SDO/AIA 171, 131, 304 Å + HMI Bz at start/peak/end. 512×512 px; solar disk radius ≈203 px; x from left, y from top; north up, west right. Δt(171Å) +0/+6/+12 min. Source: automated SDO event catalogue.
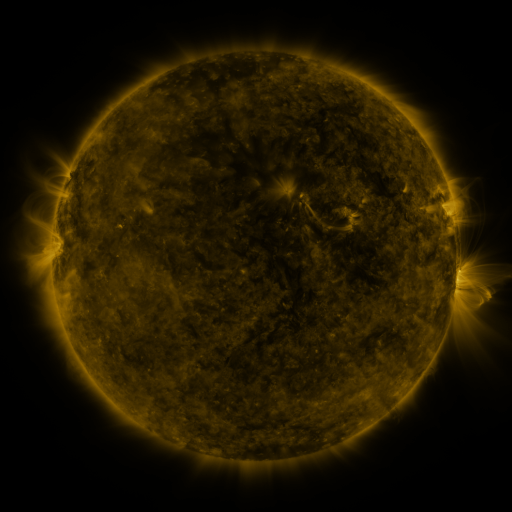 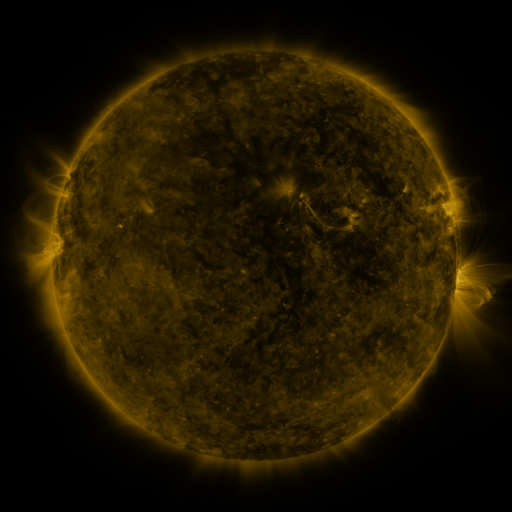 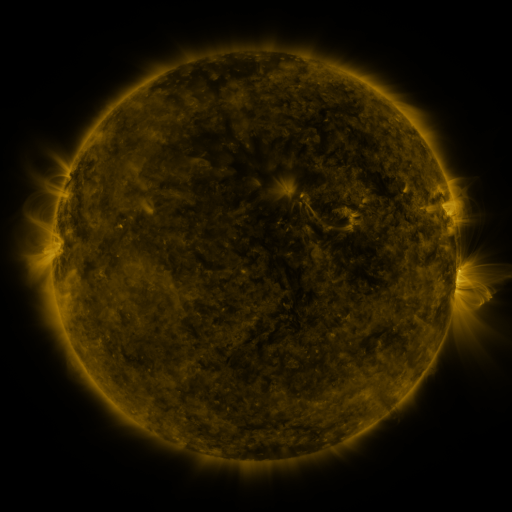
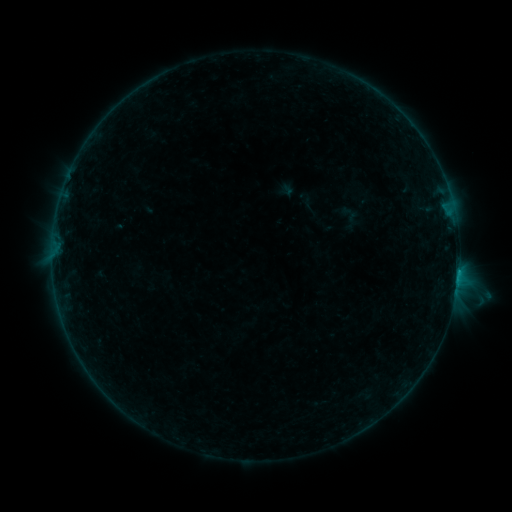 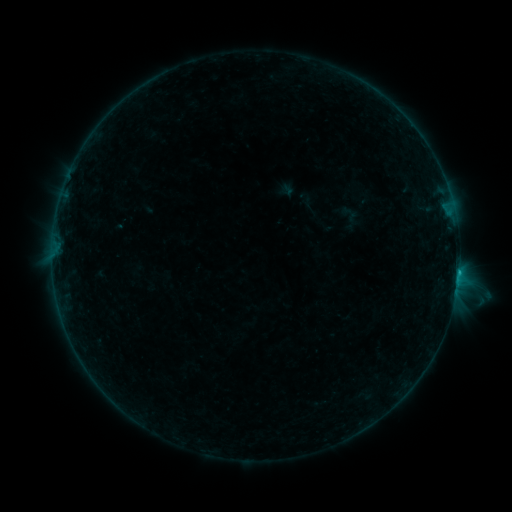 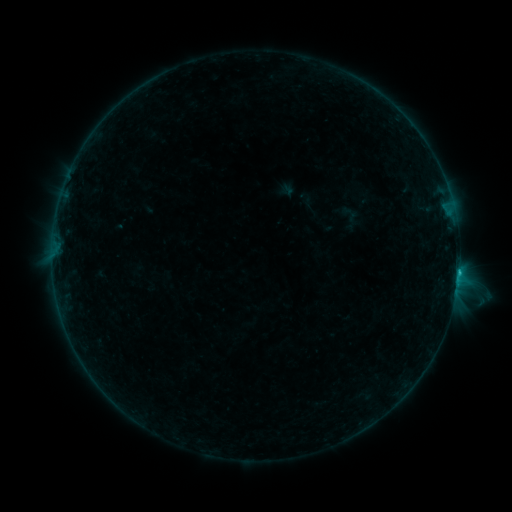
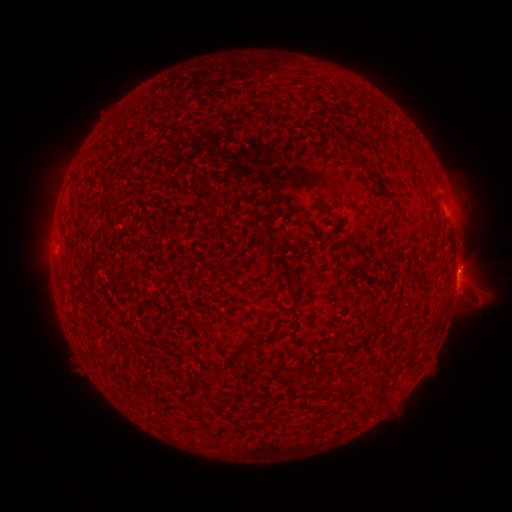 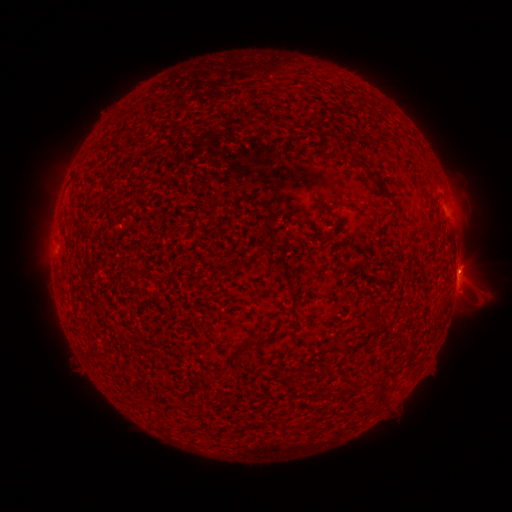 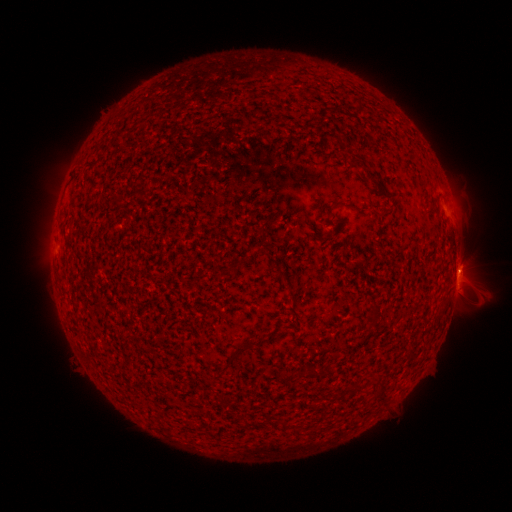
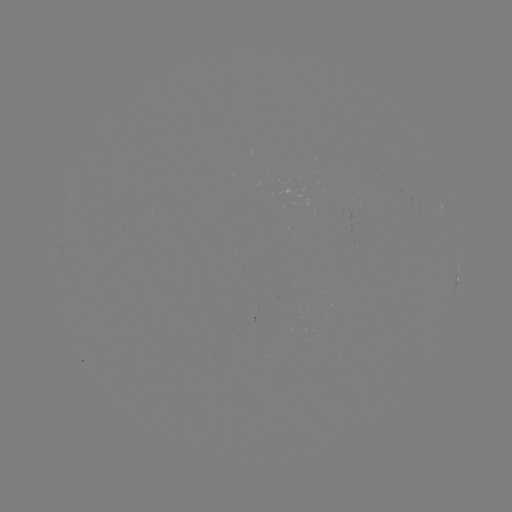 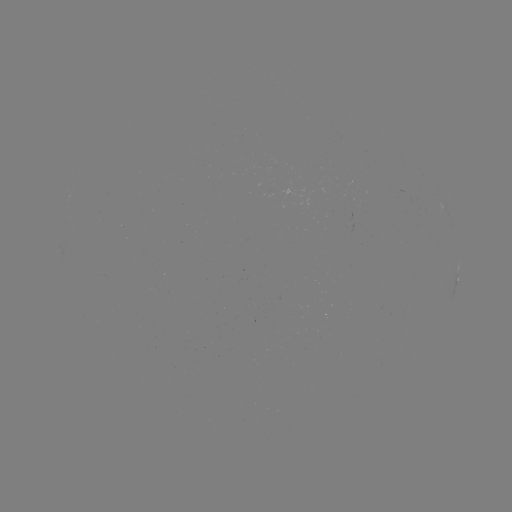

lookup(B5.0 flare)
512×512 458,270